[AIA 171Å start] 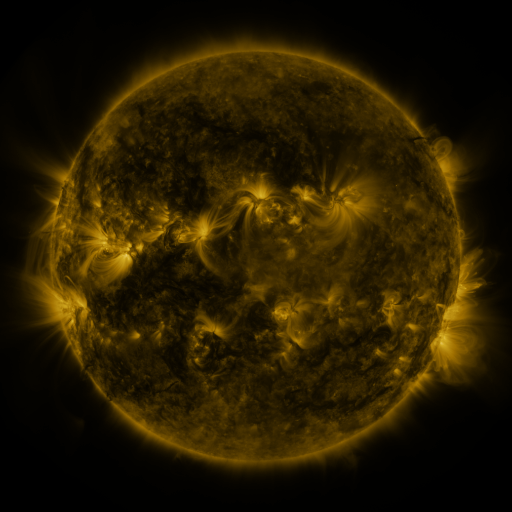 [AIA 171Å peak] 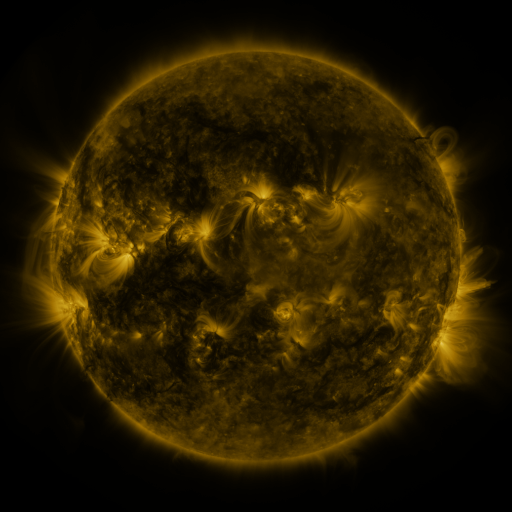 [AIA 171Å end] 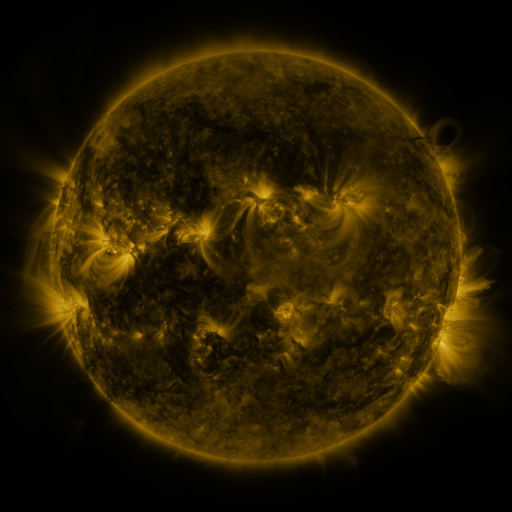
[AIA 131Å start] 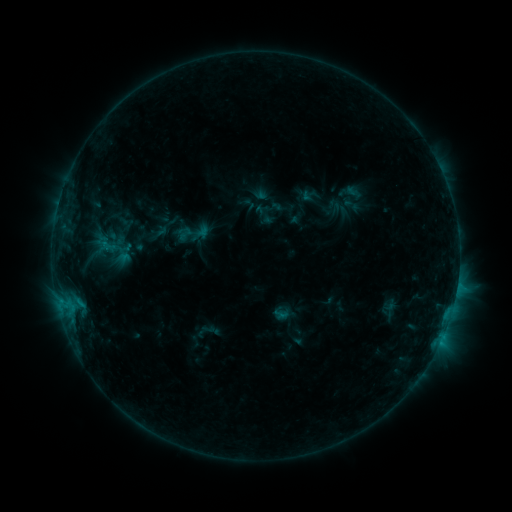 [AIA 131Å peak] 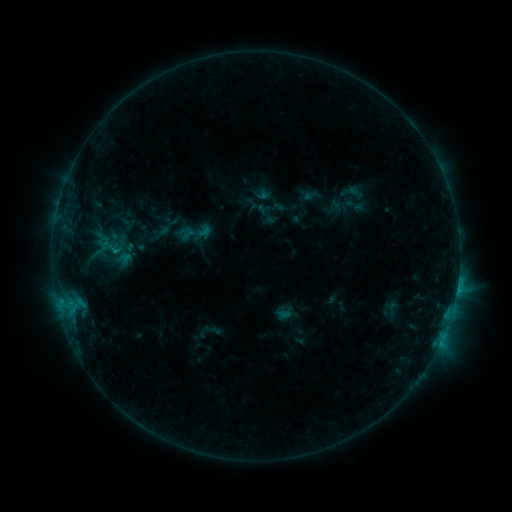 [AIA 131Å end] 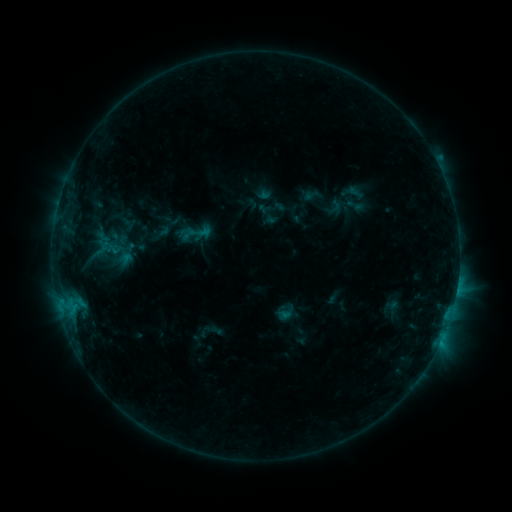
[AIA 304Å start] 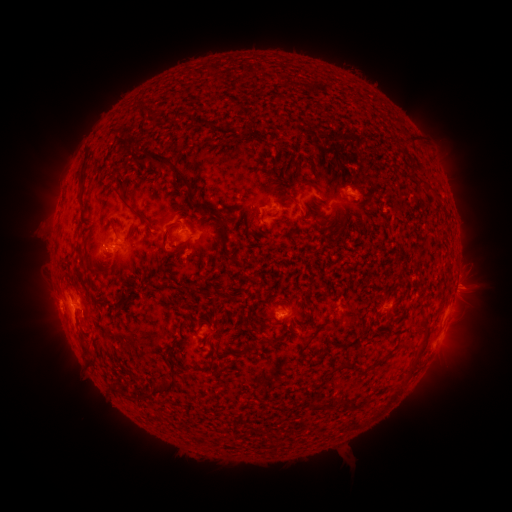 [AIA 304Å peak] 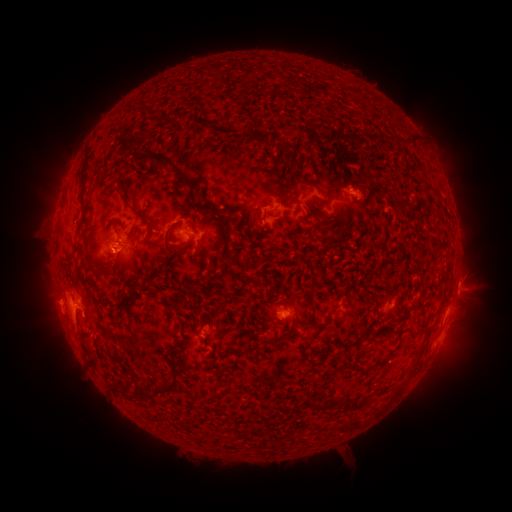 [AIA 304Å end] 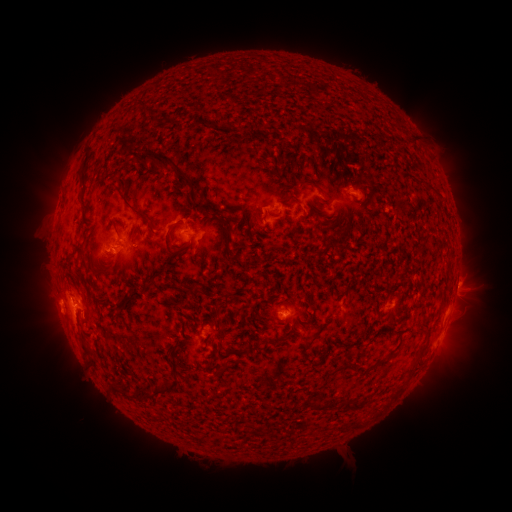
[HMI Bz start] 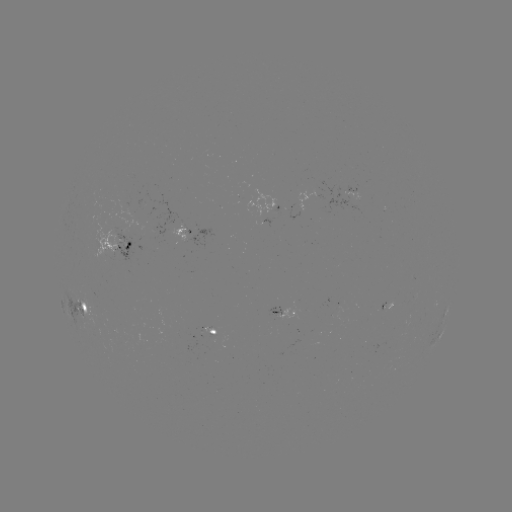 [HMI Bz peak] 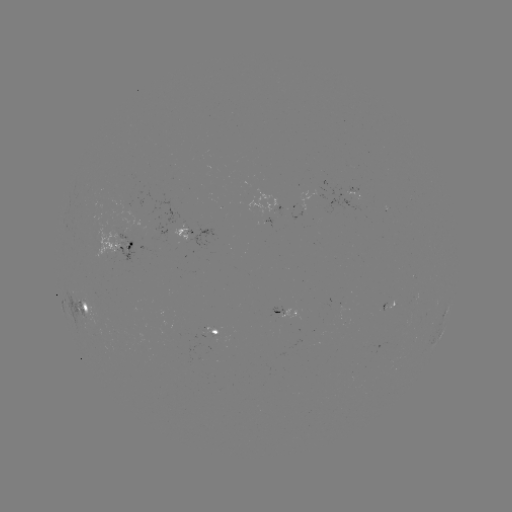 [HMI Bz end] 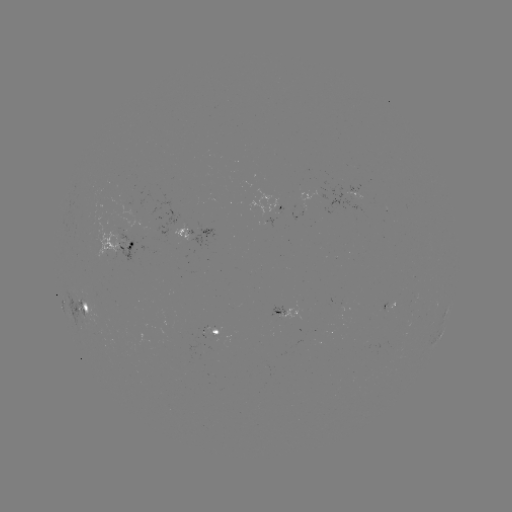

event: emerging-flux region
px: (188, 241)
